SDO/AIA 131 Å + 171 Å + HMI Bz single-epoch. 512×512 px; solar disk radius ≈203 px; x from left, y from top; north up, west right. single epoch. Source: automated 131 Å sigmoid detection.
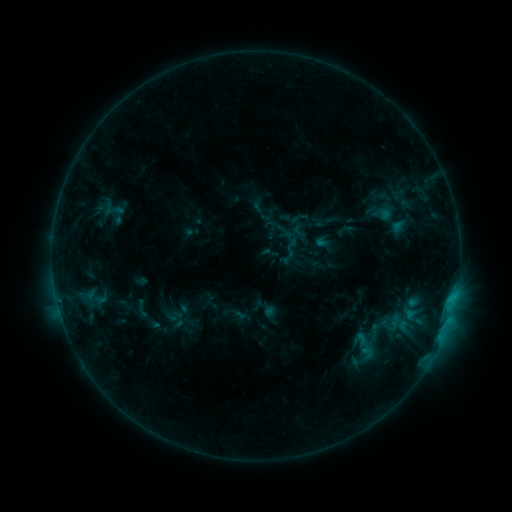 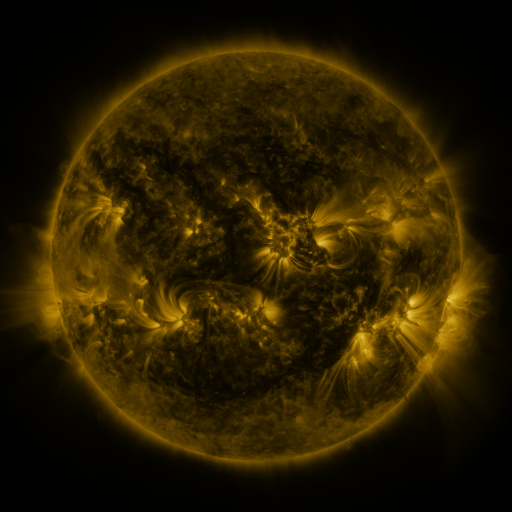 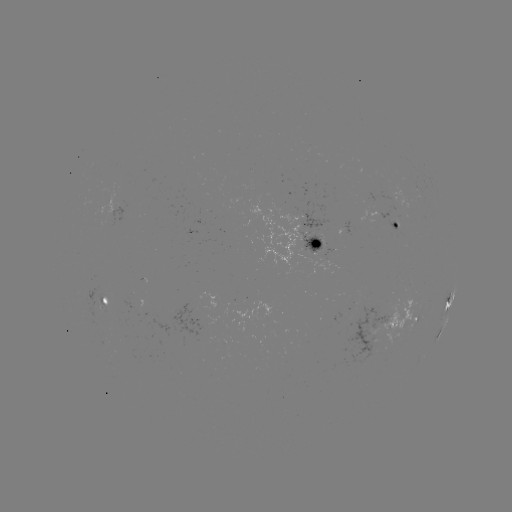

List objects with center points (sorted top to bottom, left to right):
sigmoid: <bbox>130, 299, 153, 318</bbox>
